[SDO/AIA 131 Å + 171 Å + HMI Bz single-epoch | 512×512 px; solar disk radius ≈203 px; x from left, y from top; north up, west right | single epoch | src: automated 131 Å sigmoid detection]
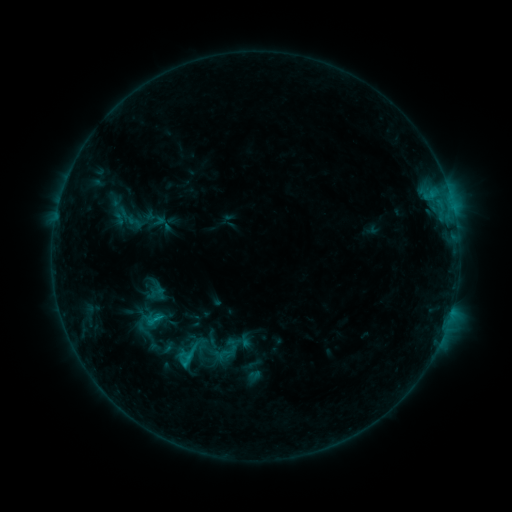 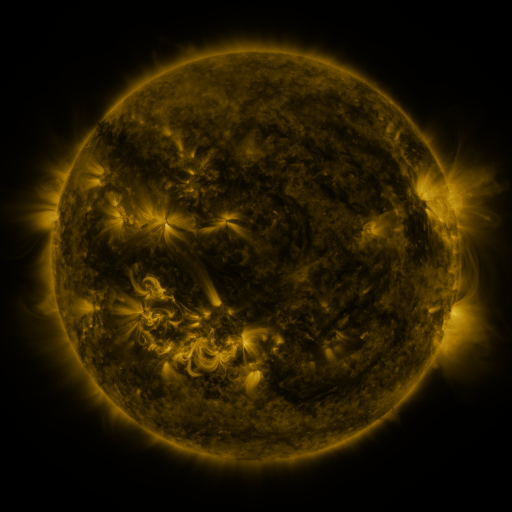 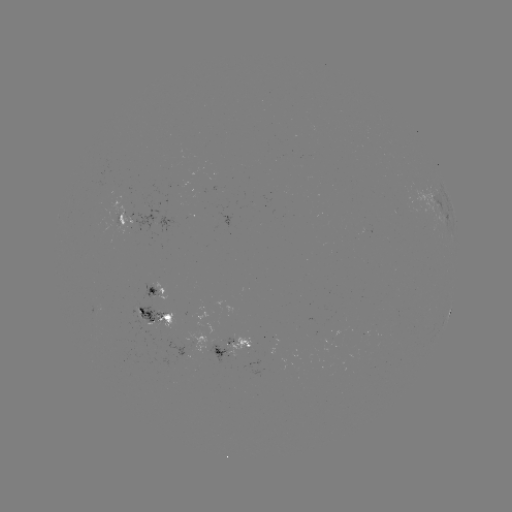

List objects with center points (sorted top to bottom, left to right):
sigmoid: (154, 320)
sigmoid: (189, 354)
